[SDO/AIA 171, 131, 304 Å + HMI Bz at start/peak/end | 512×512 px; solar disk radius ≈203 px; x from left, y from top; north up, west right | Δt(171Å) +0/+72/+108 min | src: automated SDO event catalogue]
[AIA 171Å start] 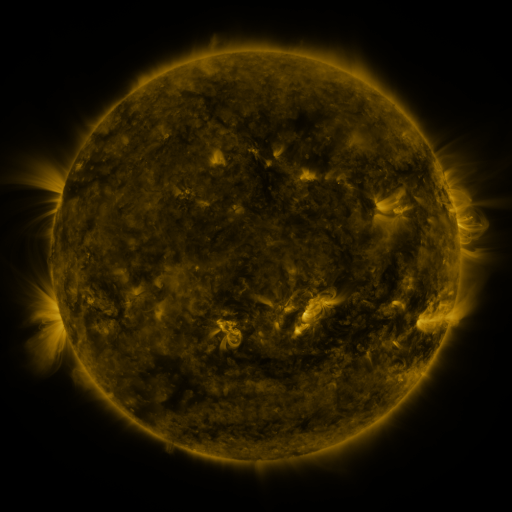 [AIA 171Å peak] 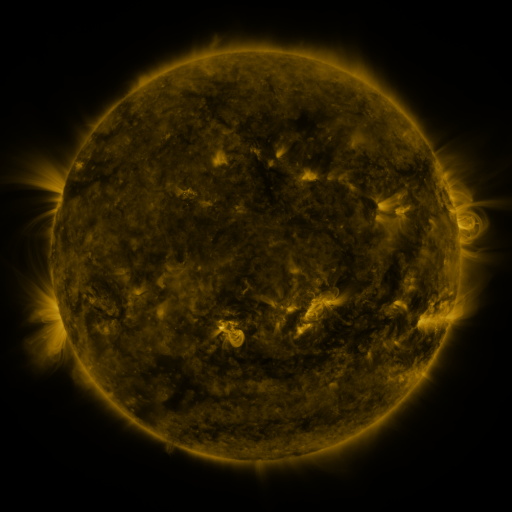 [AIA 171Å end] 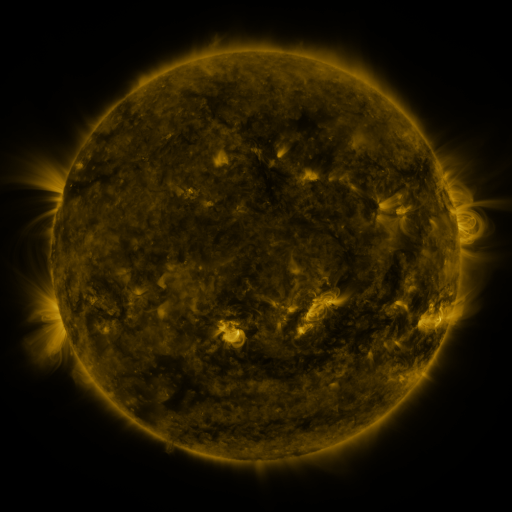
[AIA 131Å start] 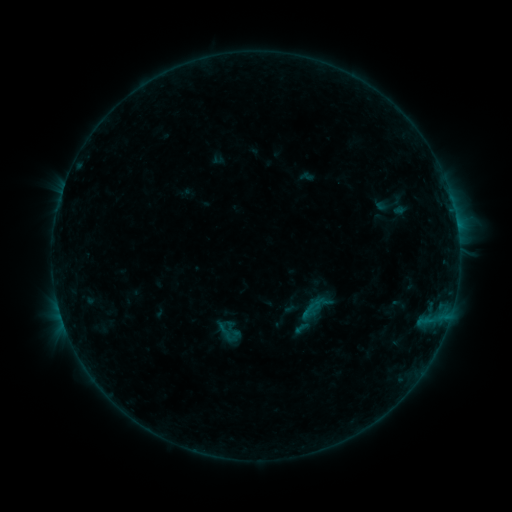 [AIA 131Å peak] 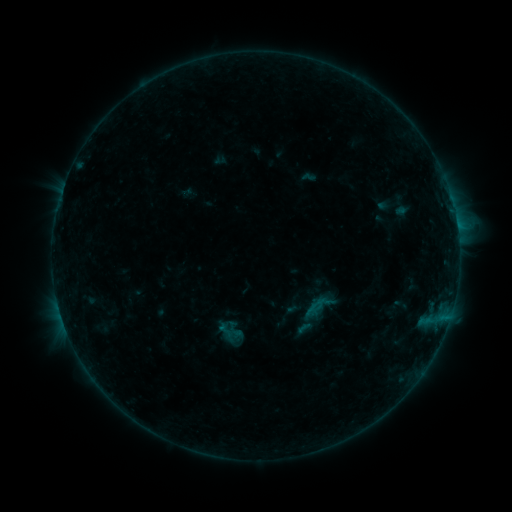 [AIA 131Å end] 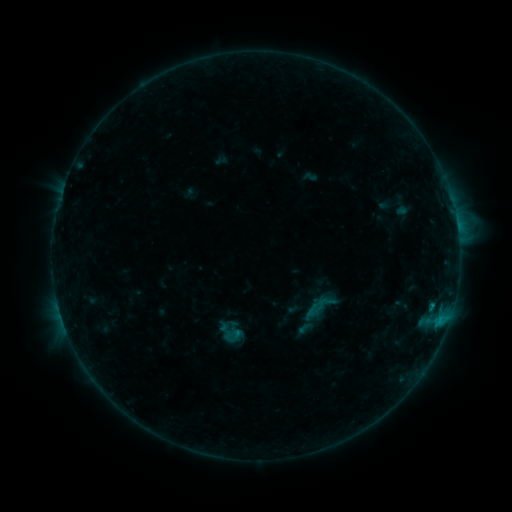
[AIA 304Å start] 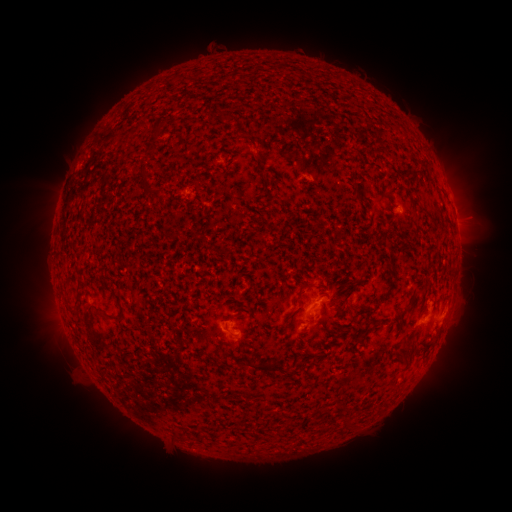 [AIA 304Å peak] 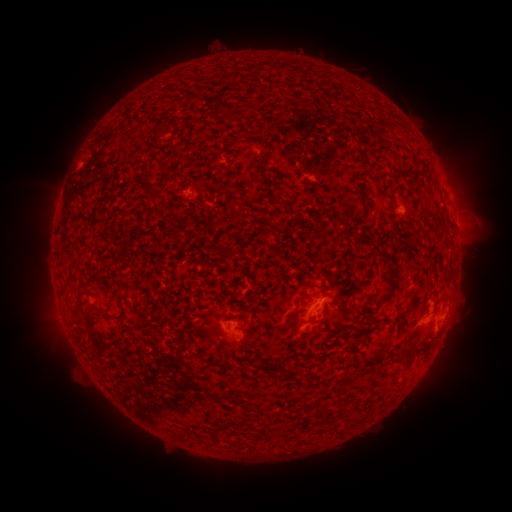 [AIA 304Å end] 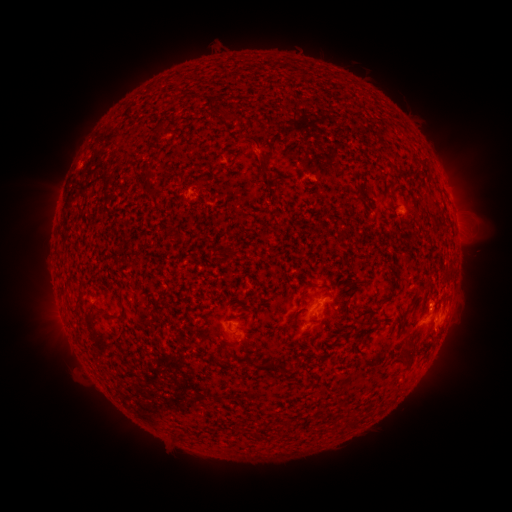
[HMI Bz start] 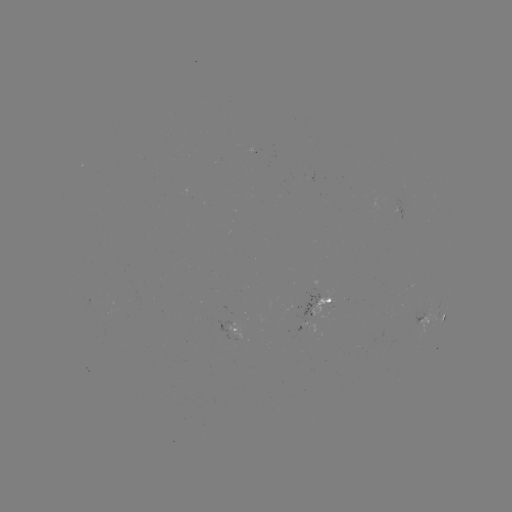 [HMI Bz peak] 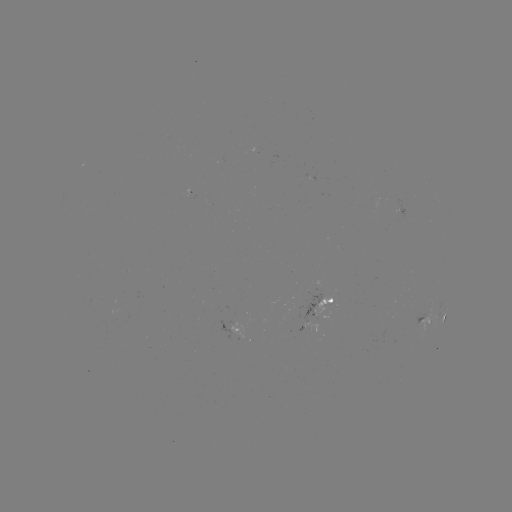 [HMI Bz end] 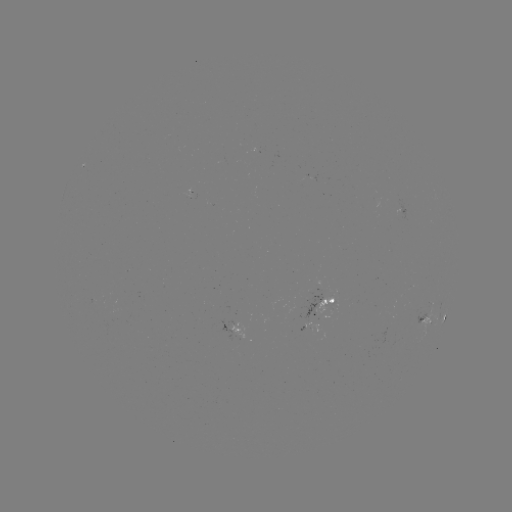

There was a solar emerging-flux region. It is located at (328, 306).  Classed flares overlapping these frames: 2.